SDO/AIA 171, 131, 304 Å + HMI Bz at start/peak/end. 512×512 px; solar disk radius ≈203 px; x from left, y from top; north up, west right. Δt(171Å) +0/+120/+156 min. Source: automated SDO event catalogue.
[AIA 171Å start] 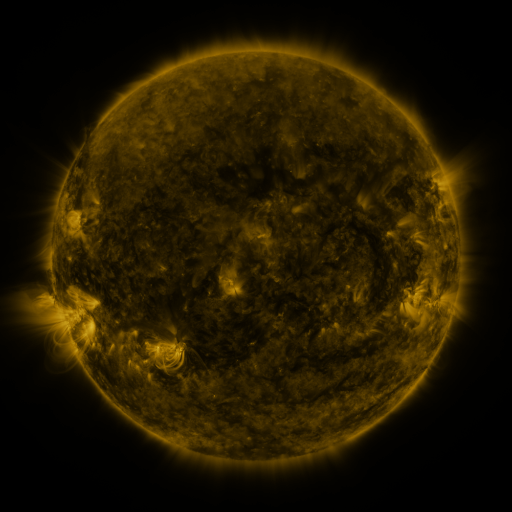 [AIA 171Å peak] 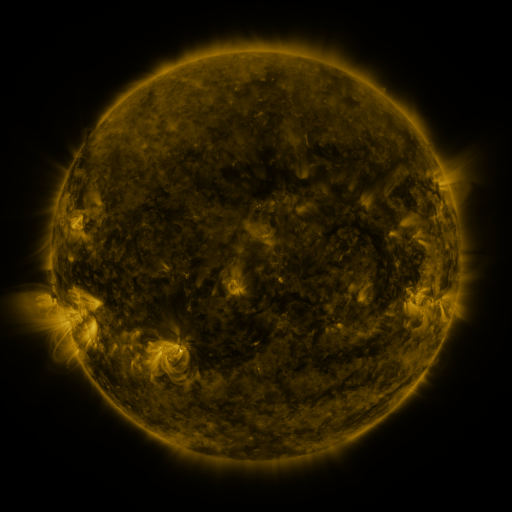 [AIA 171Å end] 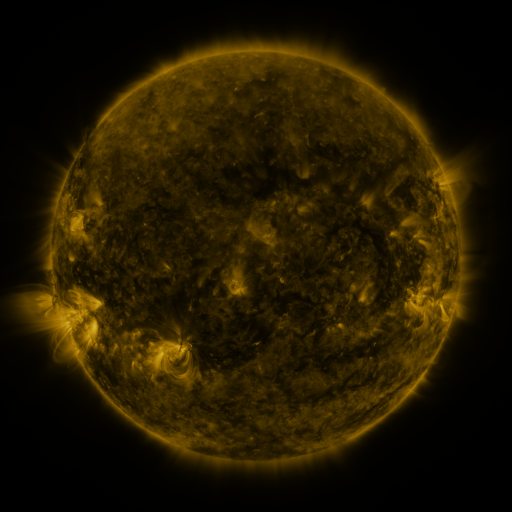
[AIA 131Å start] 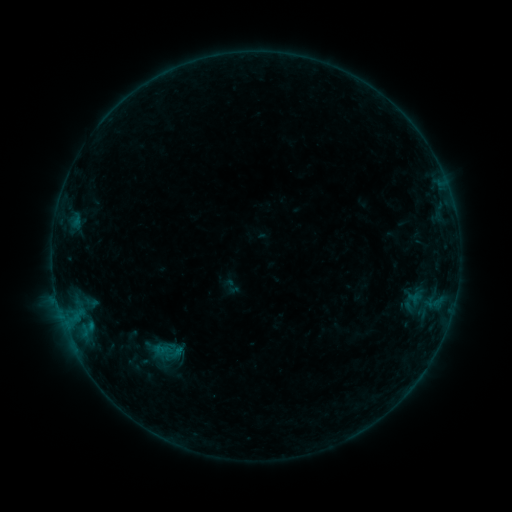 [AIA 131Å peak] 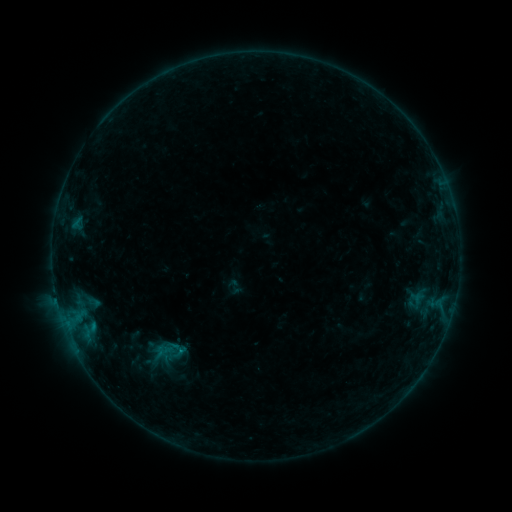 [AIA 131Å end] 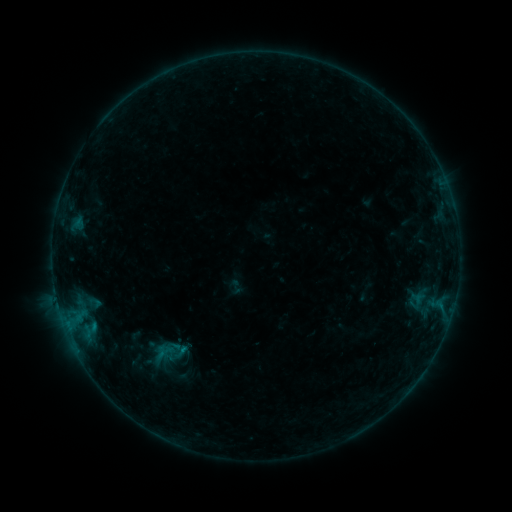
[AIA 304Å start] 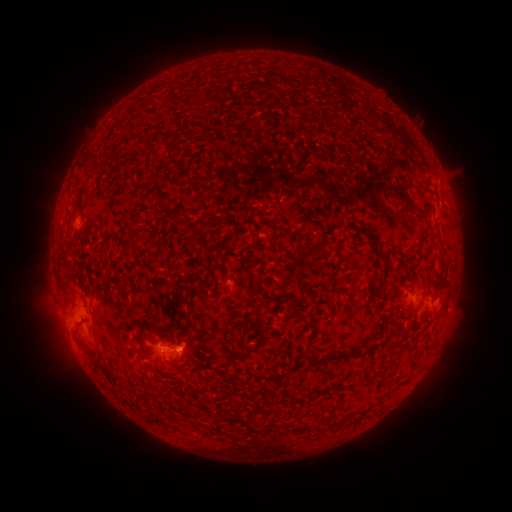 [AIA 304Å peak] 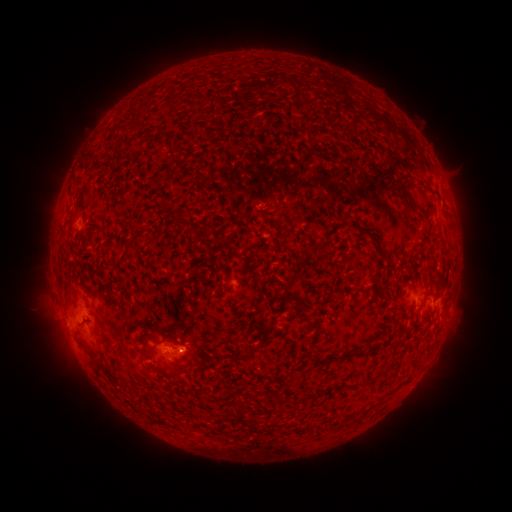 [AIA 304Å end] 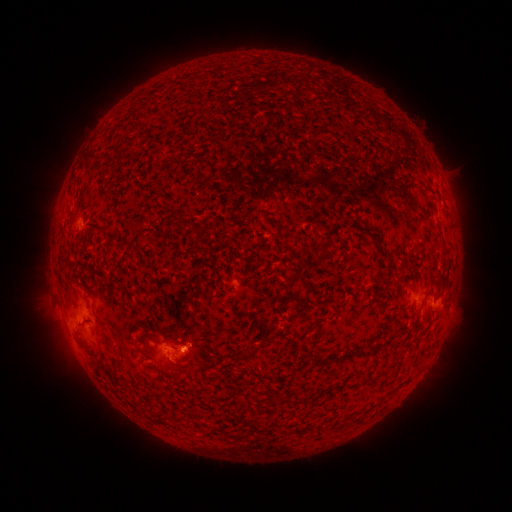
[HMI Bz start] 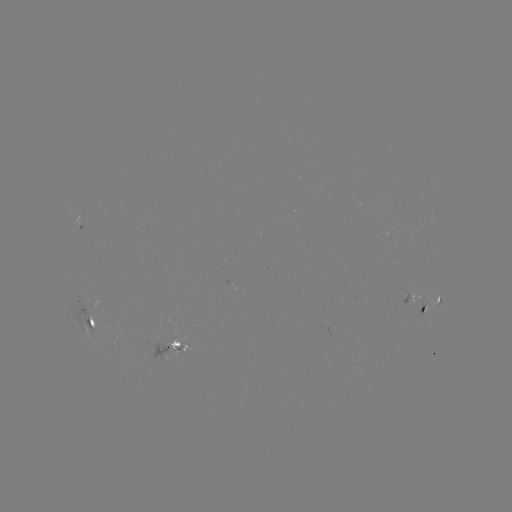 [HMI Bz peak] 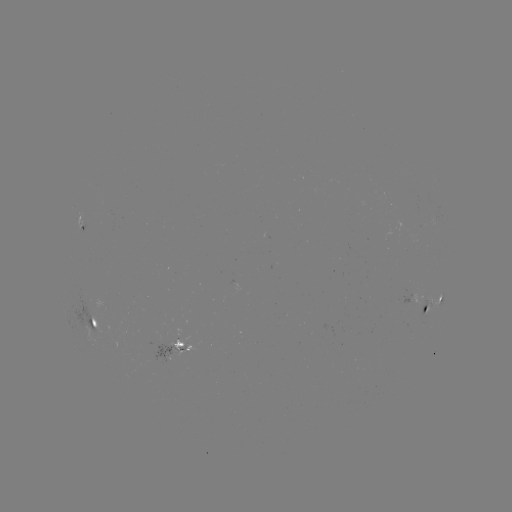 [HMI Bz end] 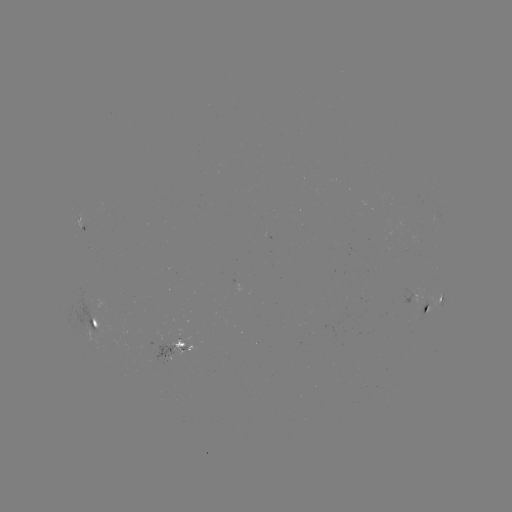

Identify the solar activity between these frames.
emerging-flux region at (115, 344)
